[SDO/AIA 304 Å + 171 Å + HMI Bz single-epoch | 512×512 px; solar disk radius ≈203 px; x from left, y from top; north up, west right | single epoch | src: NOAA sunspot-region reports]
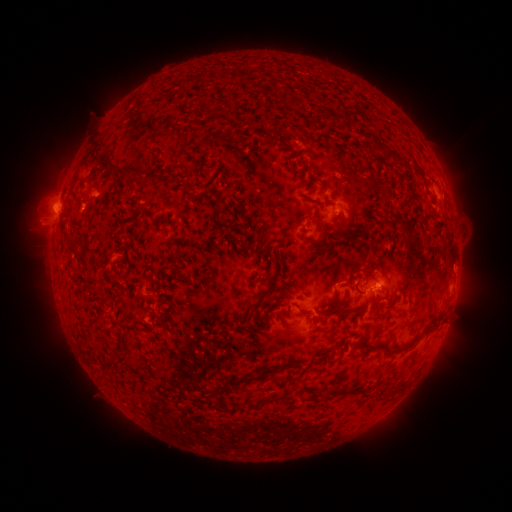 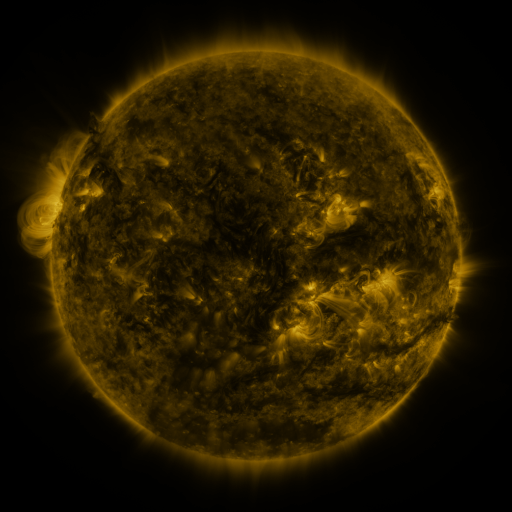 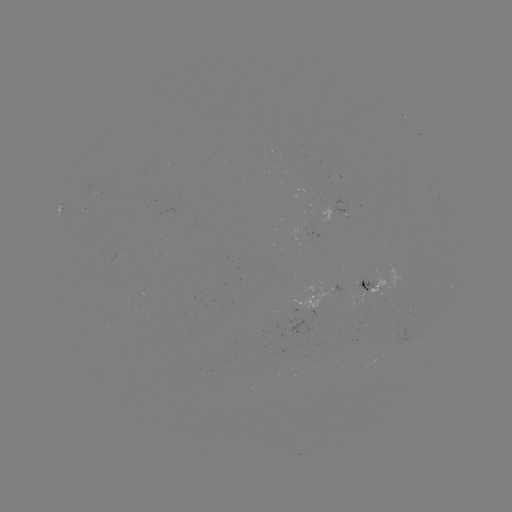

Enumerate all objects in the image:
spotted active region: (335, 211)
spotted active region: (381, 285)
